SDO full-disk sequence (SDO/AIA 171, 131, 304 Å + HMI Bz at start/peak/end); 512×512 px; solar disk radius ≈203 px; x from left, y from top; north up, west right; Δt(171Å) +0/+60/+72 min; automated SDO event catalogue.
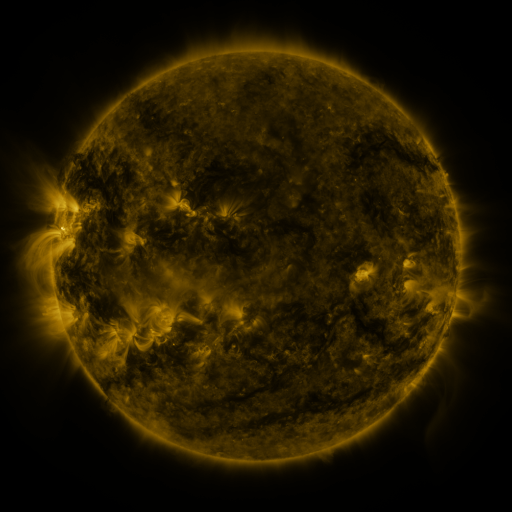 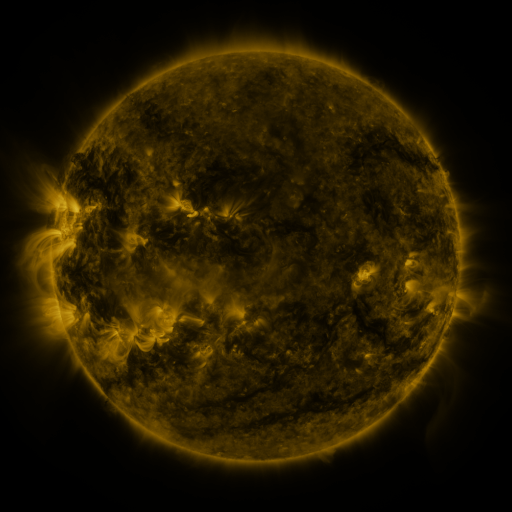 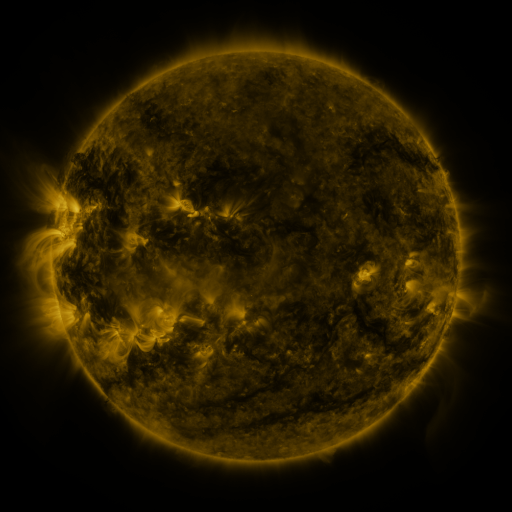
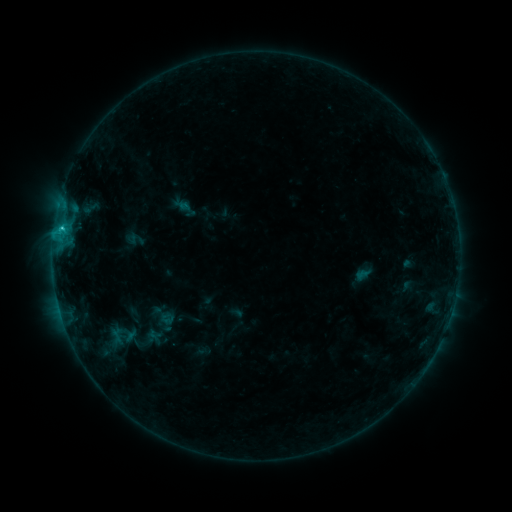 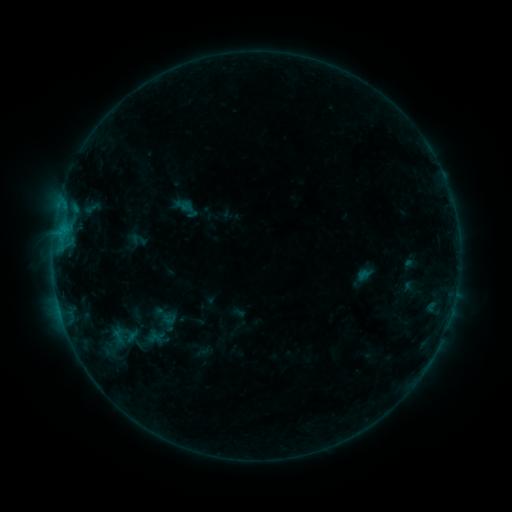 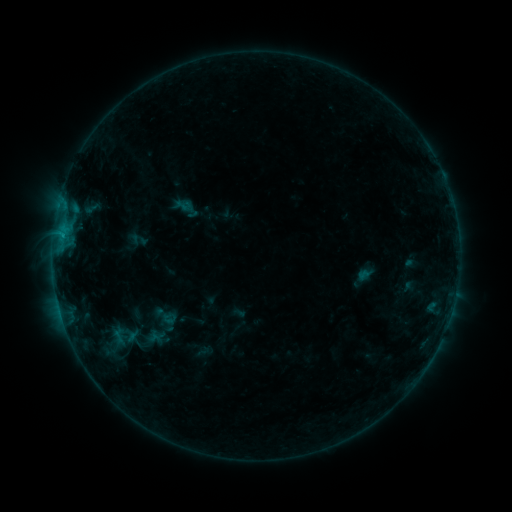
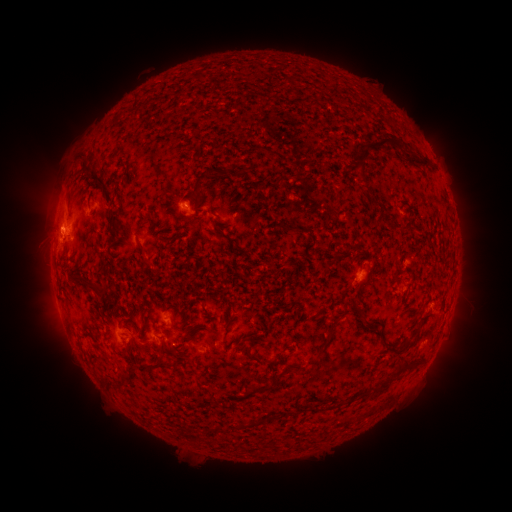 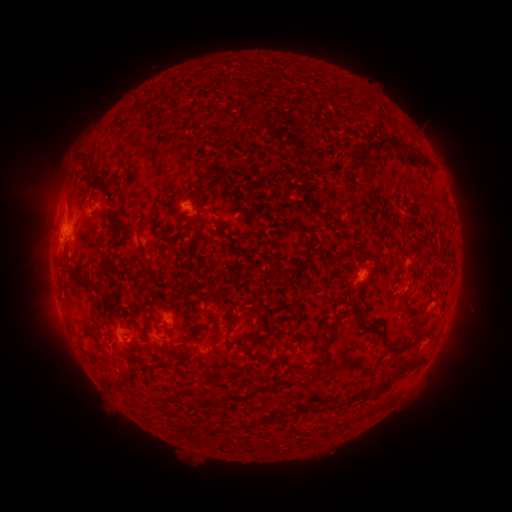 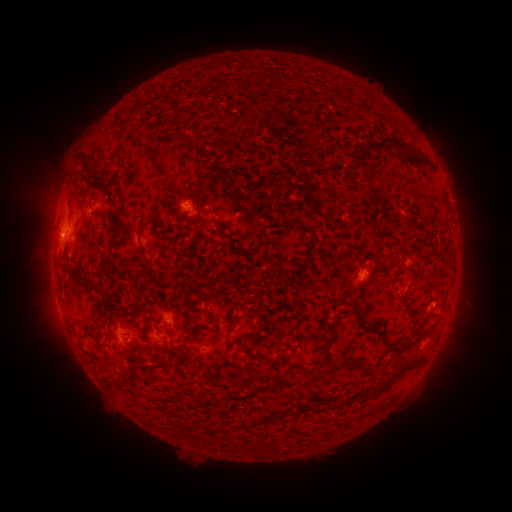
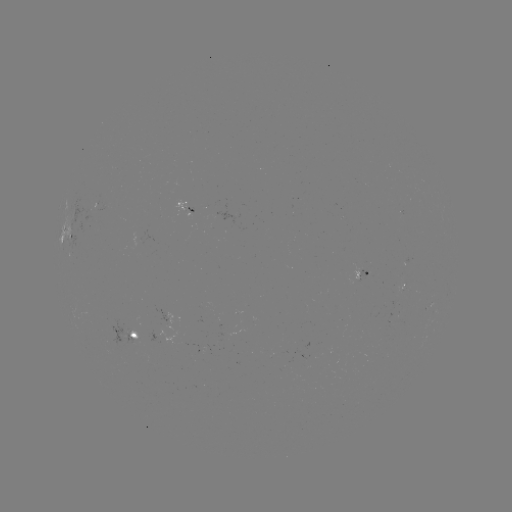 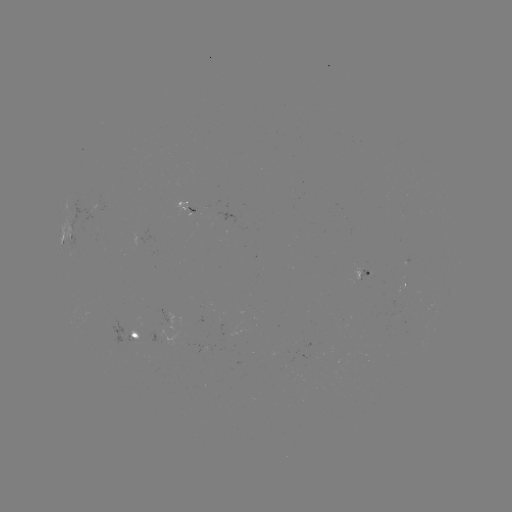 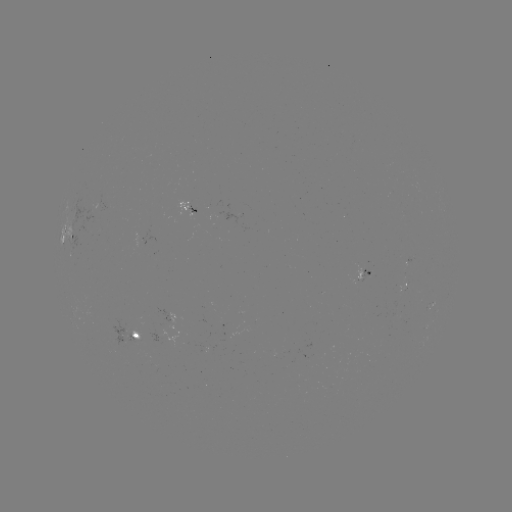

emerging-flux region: (80, 208, 94, 235)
